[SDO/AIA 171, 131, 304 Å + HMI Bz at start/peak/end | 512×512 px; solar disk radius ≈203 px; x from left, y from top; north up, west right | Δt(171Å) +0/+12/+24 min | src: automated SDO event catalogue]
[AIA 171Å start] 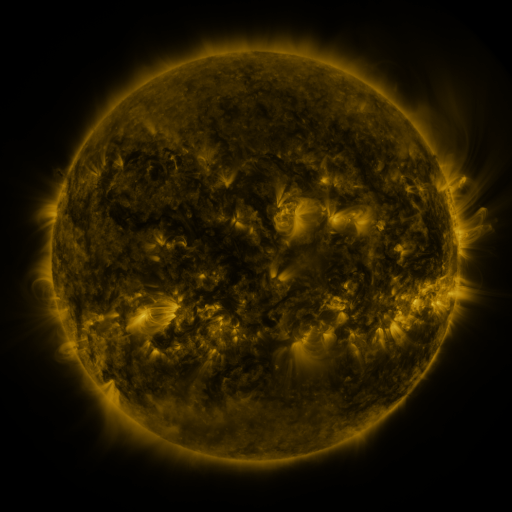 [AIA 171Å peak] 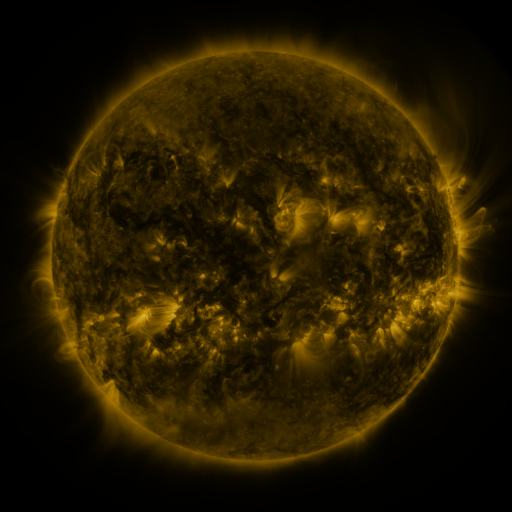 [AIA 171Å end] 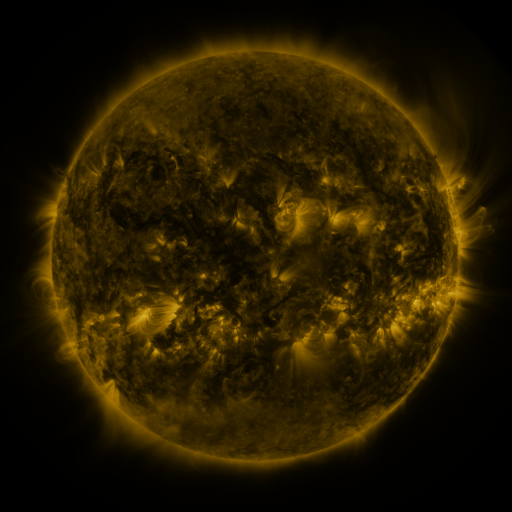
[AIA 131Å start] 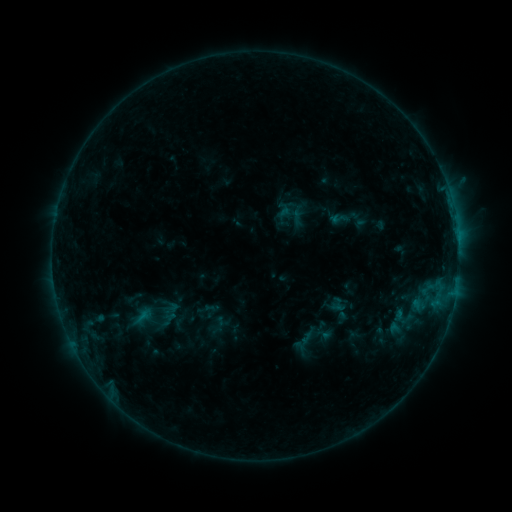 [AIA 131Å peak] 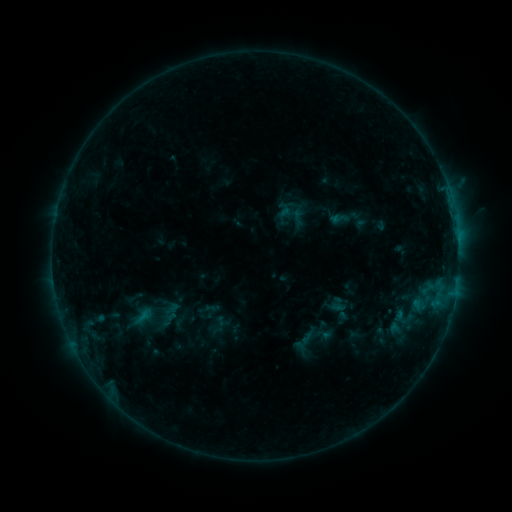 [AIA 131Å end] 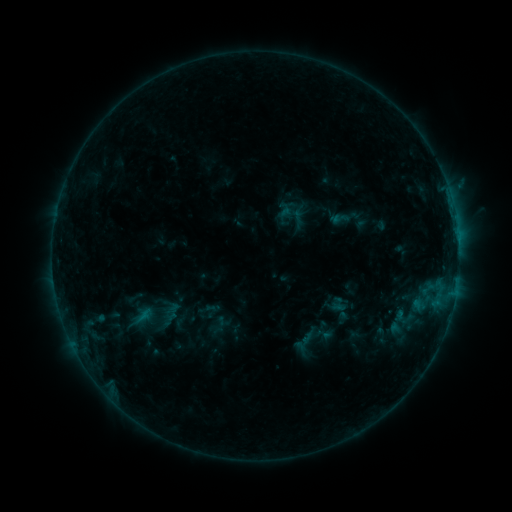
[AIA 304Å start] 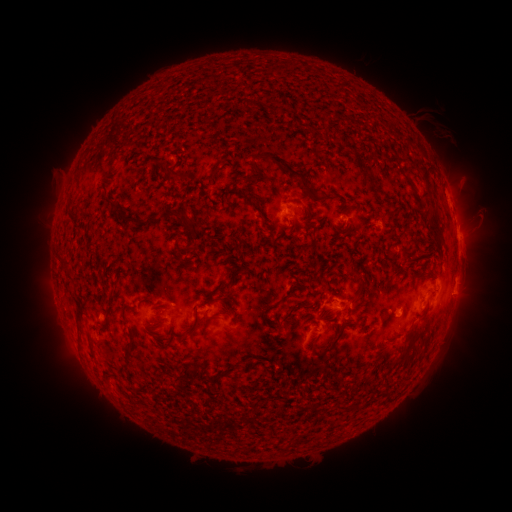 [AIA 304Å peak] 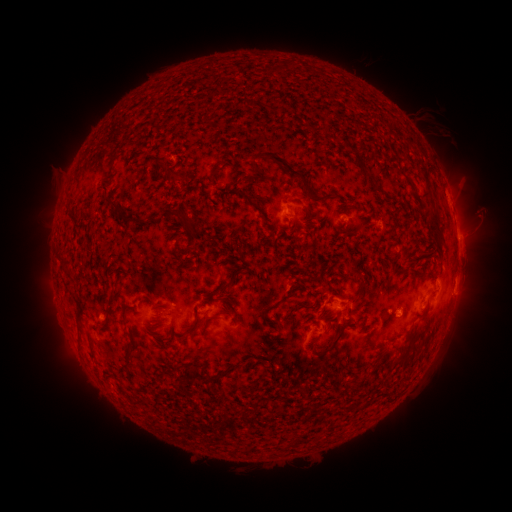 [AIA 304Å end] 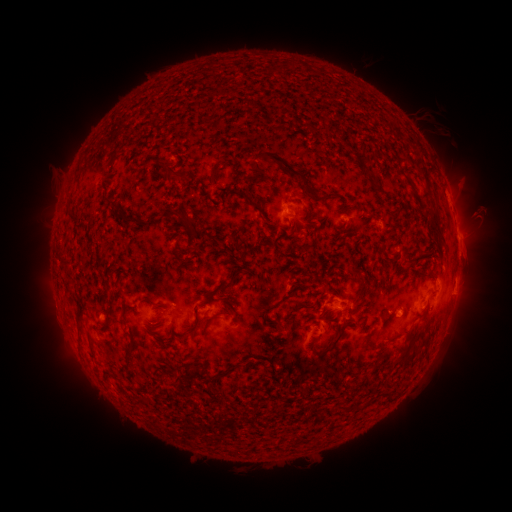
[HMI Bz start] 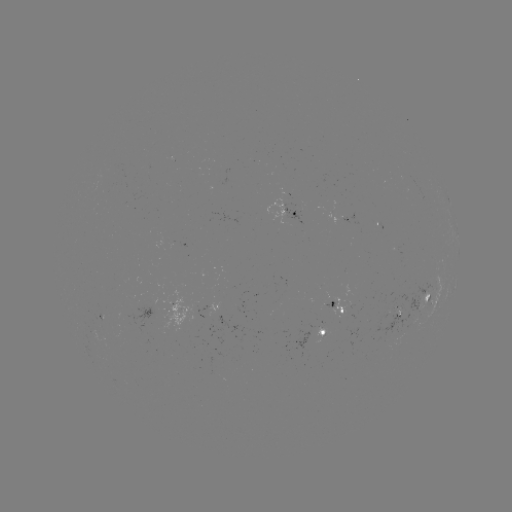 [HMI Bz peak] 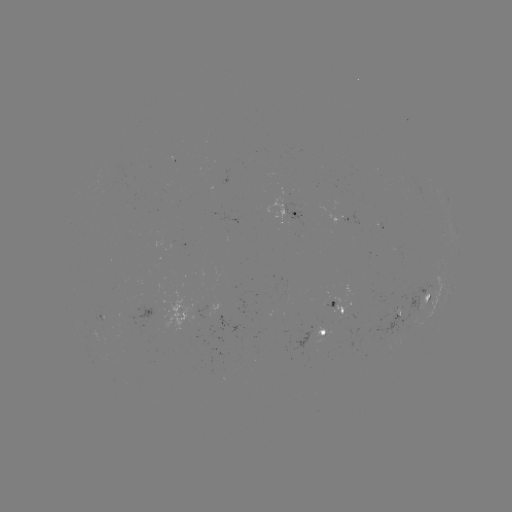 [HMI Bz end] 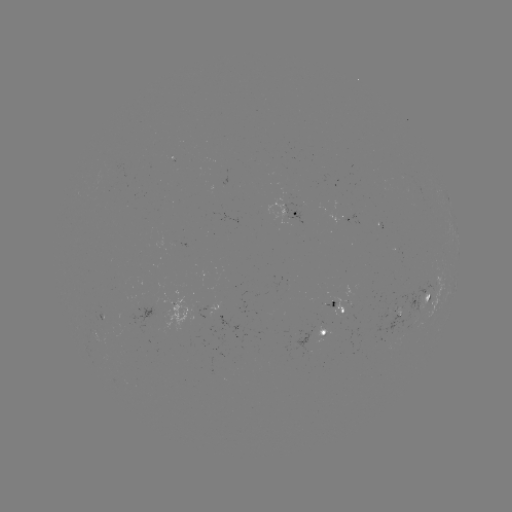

nothing was catalogued: no classed flare, no EUV trigger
